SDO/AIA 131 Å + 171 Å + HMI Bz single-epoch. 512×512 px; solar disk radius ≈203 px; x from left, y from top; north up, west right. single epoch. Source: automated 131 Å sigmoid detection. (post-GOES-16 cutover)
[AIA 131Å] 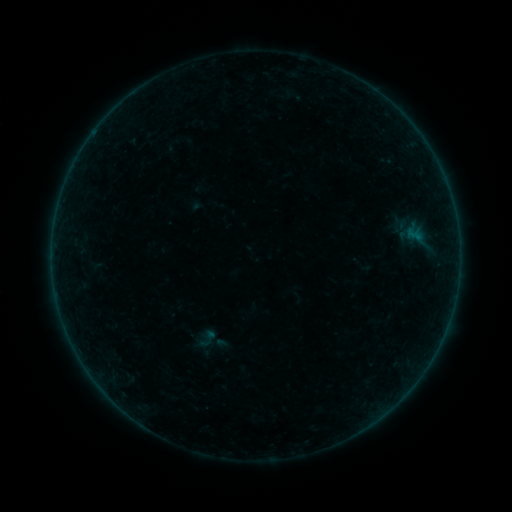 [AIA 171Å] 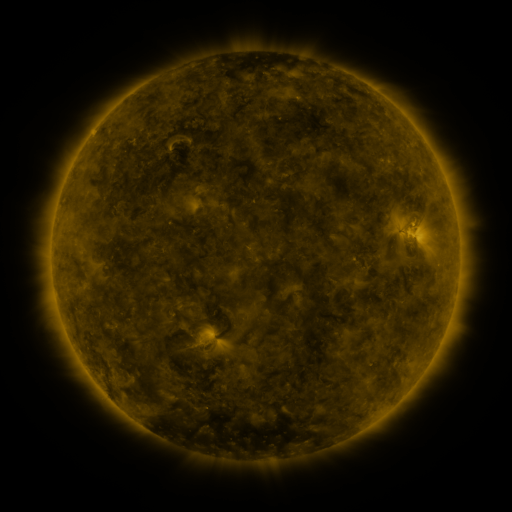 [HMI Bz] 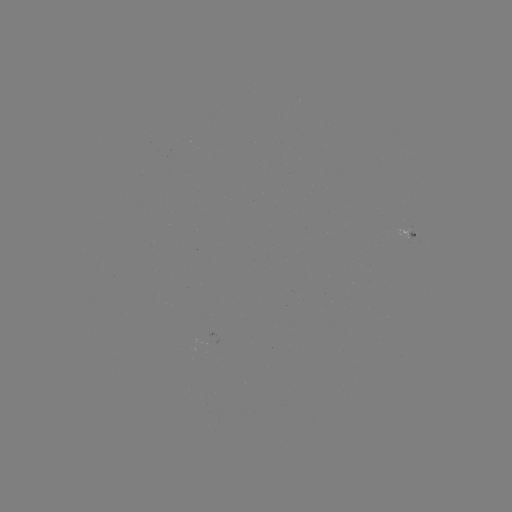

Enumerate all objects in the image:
sigmoid: <bbox>194, 331, 219, 350</bbox>
